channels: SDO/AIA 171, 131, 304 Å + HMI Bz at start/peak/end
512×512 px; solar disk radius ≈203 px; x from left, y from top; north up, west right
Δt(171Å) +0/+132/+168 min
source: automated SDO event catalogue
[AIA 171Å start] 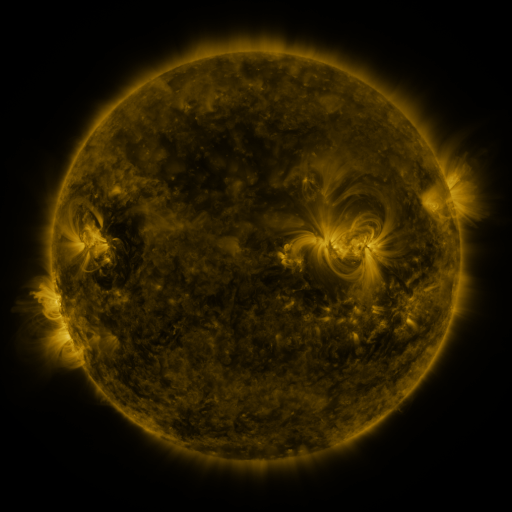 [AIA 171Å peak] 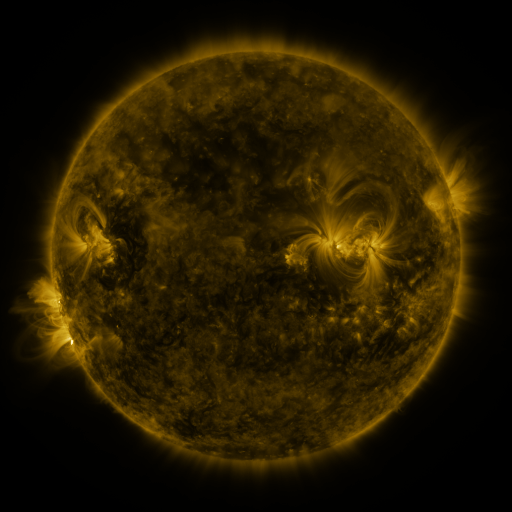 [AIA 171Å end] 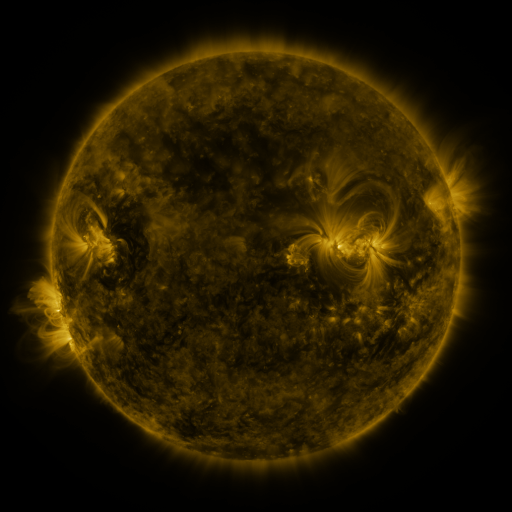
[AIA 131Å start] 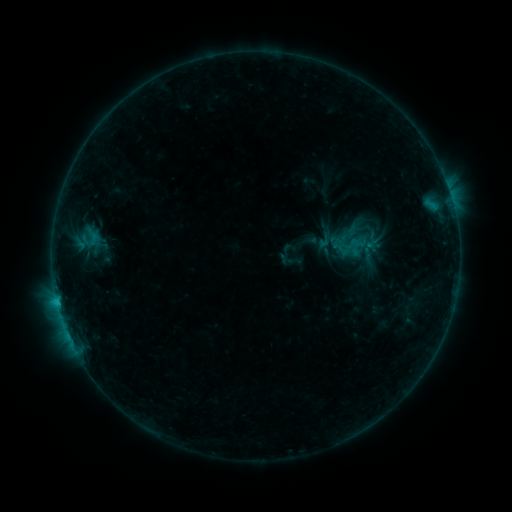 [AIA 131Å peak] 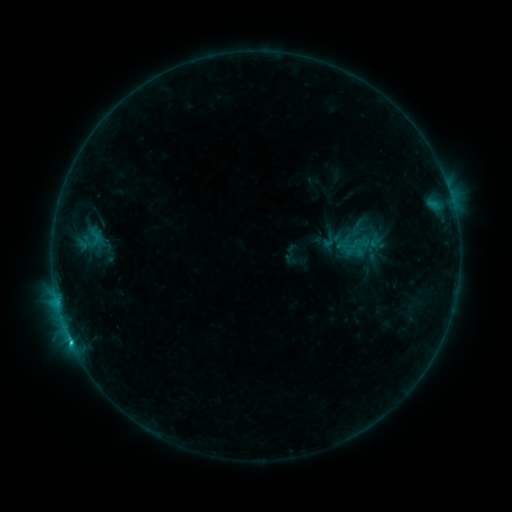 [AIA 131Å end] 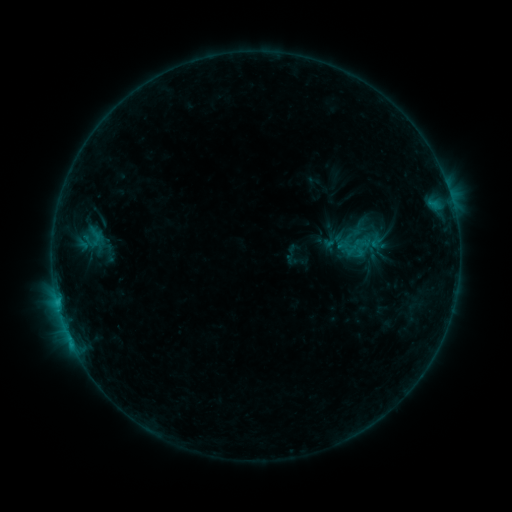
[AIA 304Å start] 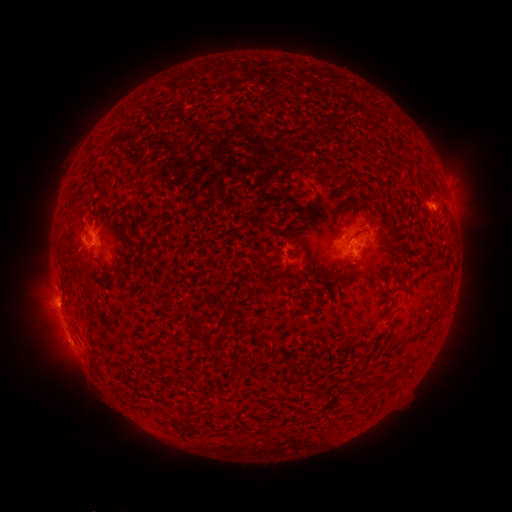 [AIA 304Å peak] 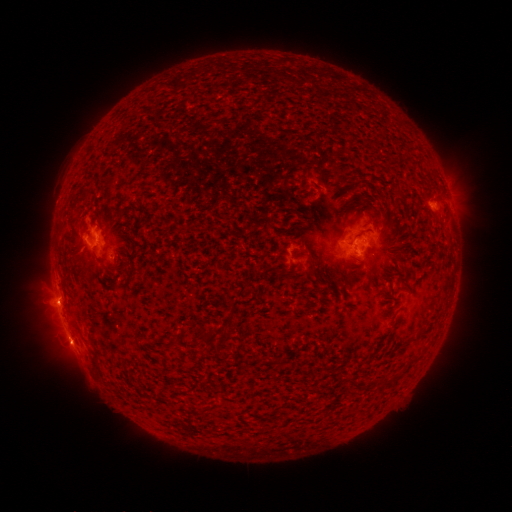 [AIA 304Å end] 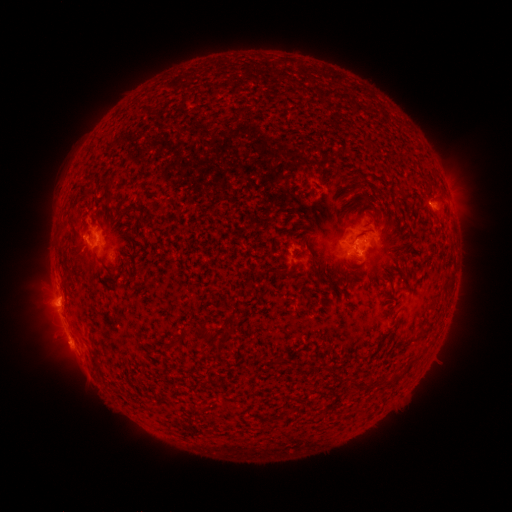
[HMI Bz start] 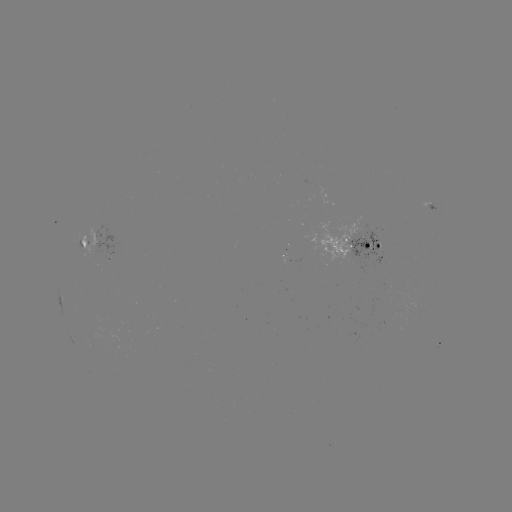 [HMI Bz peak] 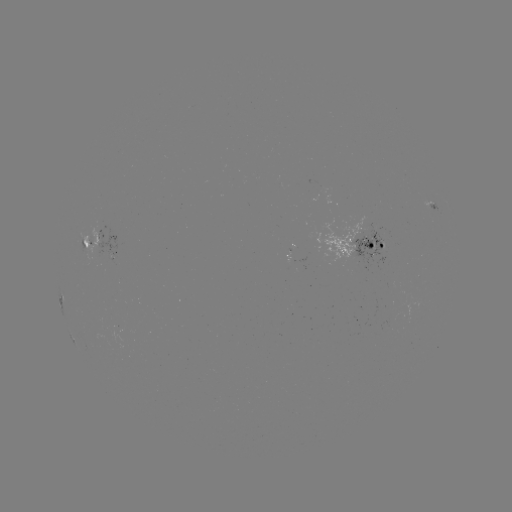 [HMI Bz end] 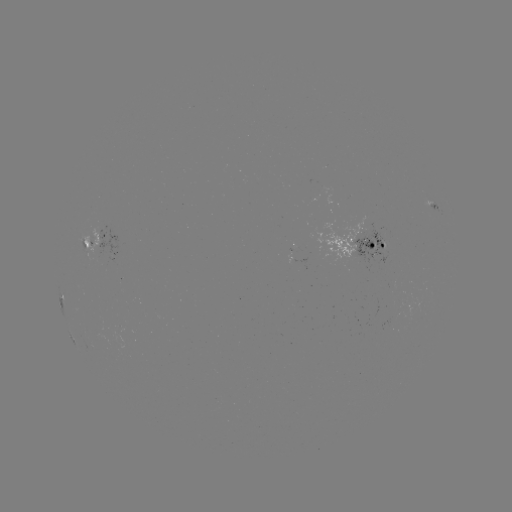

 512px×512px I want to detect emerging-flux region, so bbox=[114, 321, 127, 333].